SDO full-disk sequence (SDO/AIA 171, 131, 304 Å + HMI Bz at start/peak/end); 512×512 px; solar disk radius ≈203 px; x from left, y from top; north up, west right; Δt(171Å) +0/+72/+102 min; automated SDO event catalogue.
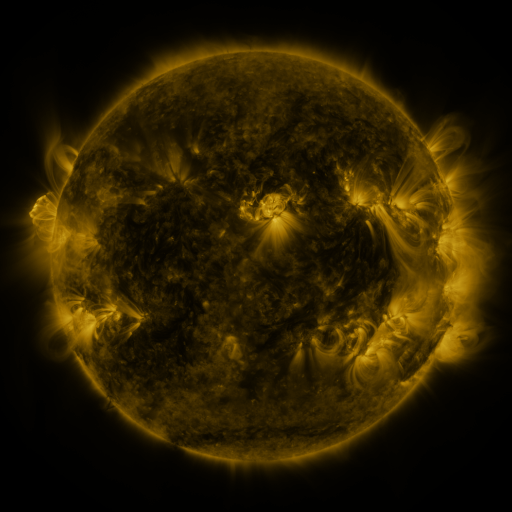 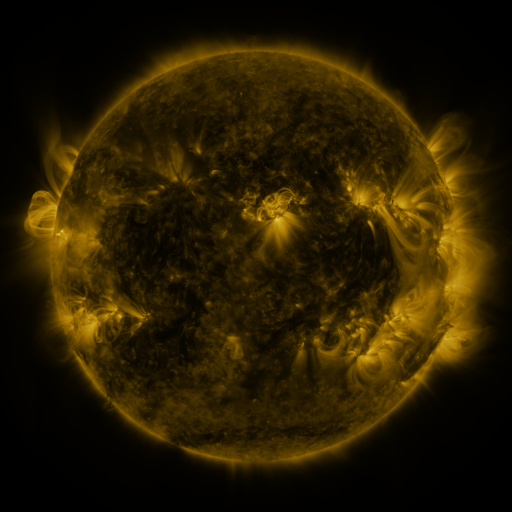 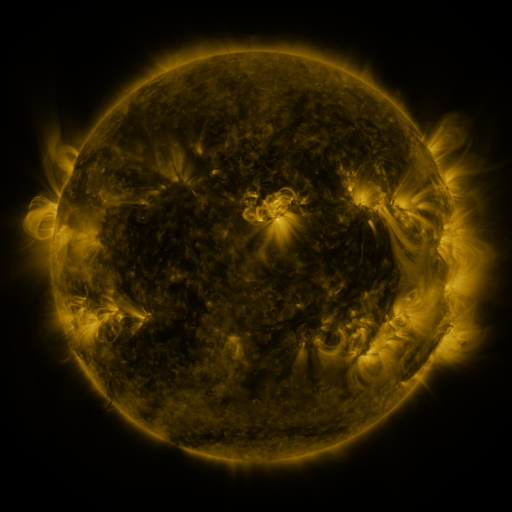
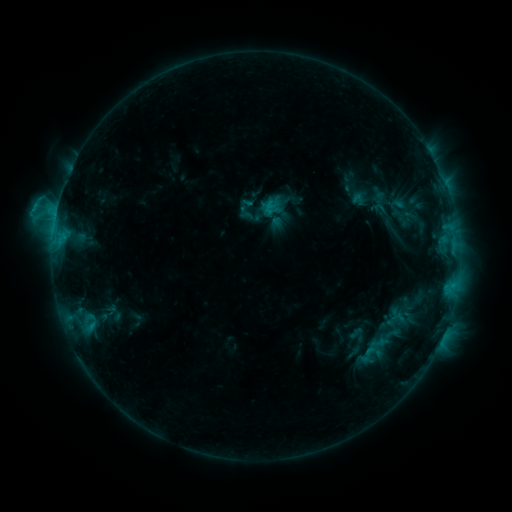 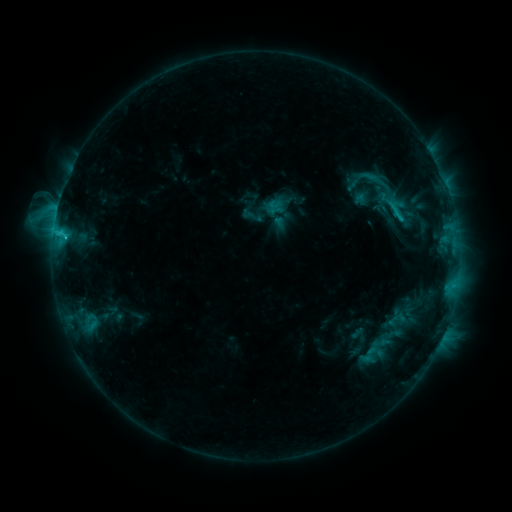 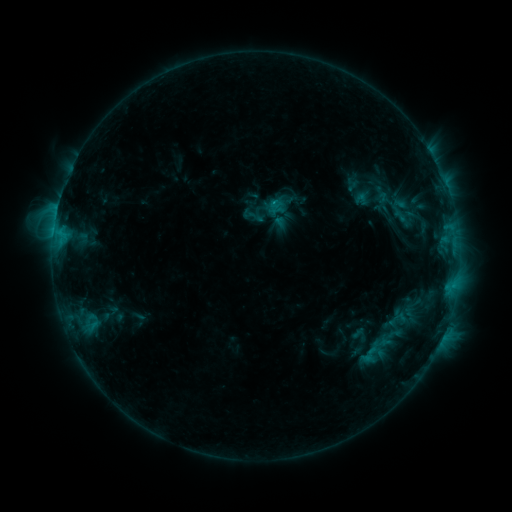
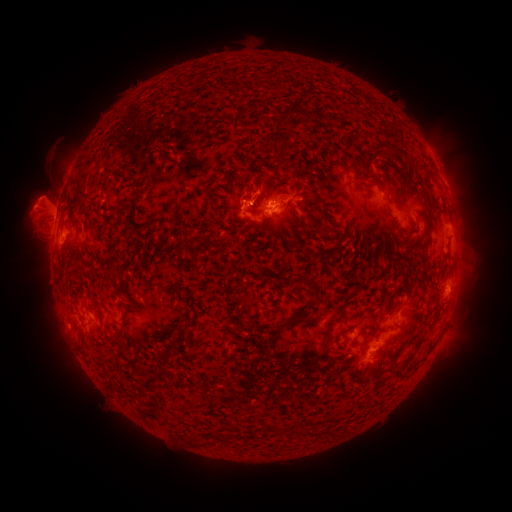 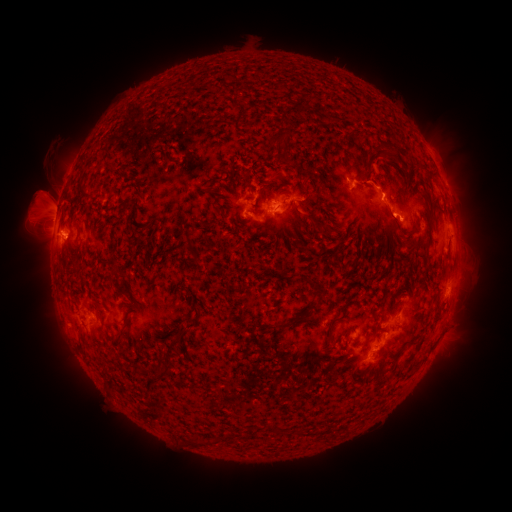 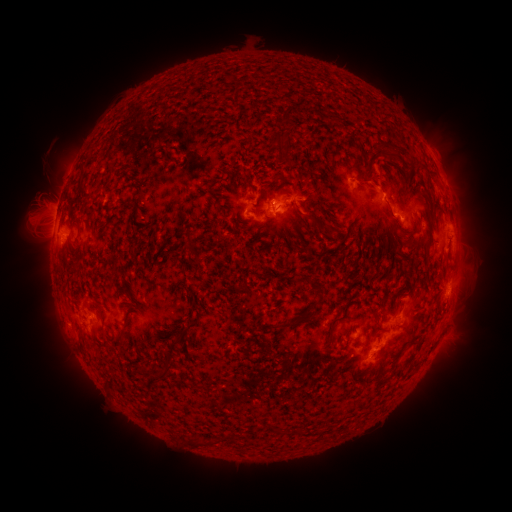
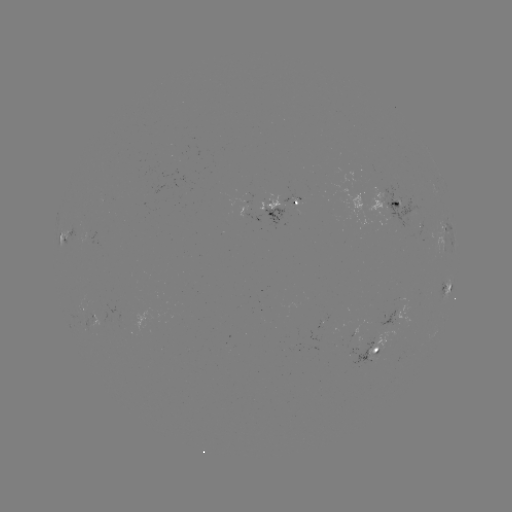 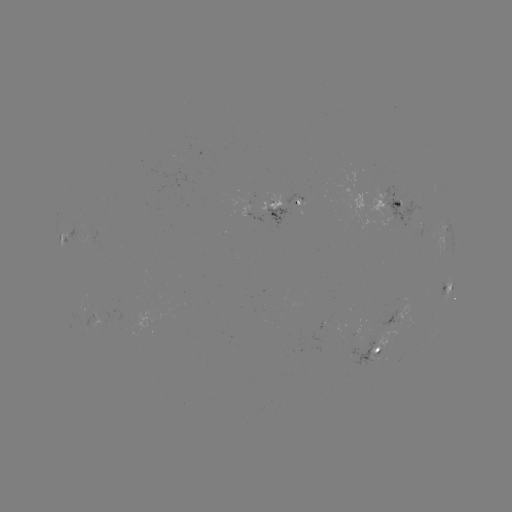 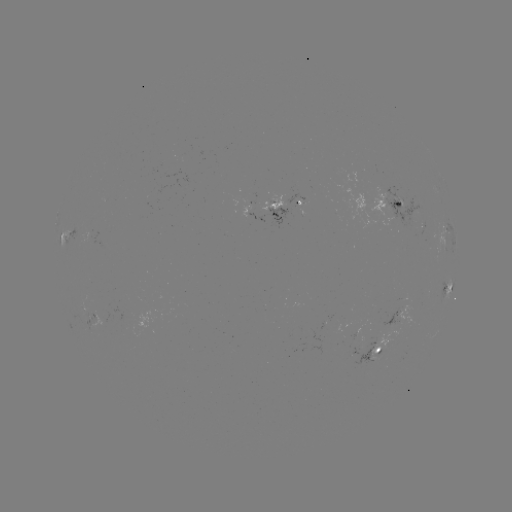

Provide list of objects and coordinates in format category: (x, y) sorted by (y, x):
C2.5 flare: (66, 239)
